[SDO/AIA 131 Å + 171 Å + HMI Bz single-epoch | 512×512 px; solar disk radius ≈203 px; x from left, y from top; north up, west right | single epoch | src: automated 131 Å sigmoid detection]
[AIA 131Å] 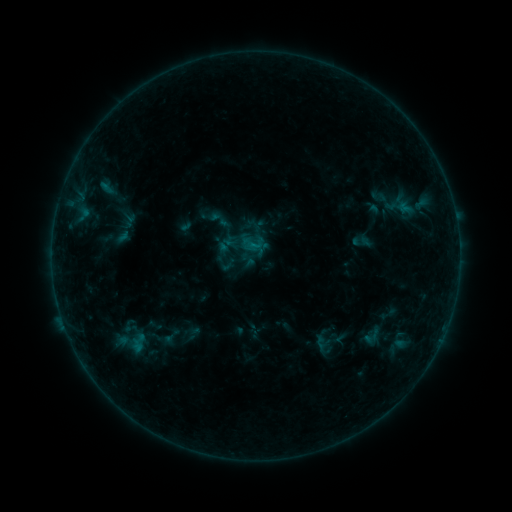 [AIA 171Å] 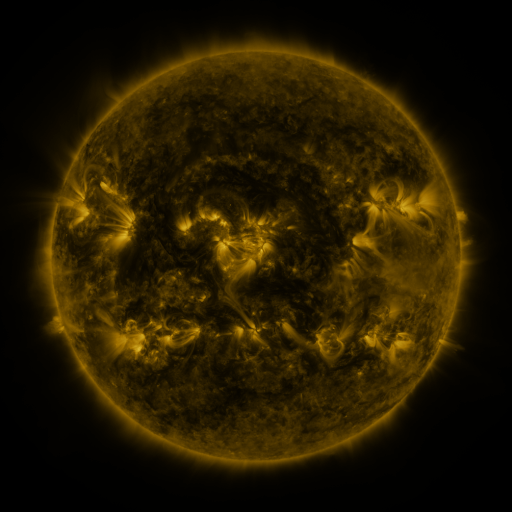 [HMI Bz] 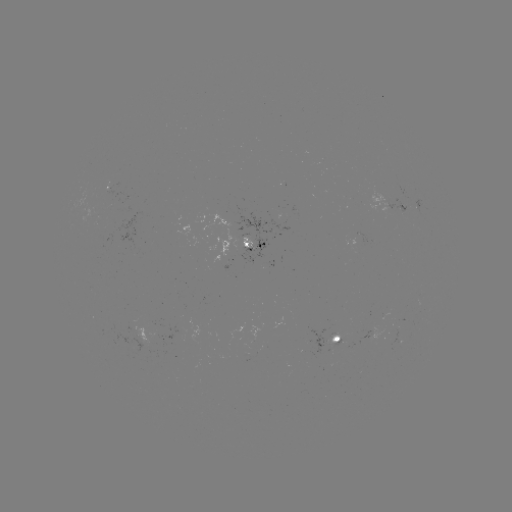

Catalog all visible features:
sigmoid: (171, 338)
sigmoid: (127, 342)
